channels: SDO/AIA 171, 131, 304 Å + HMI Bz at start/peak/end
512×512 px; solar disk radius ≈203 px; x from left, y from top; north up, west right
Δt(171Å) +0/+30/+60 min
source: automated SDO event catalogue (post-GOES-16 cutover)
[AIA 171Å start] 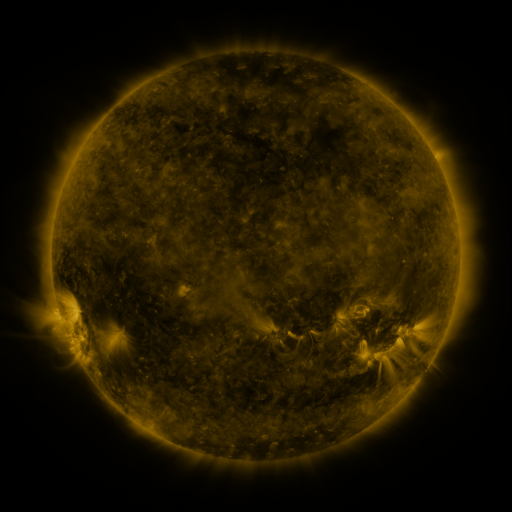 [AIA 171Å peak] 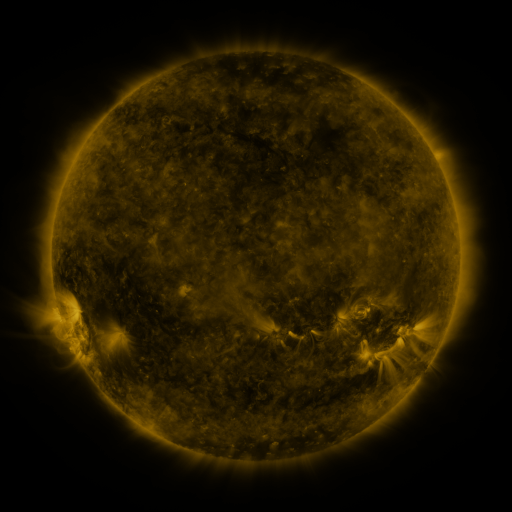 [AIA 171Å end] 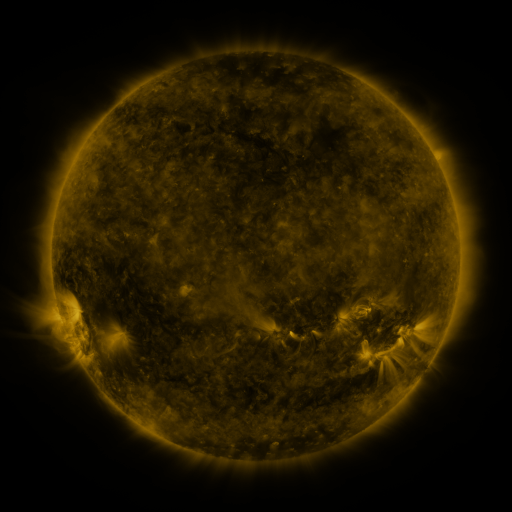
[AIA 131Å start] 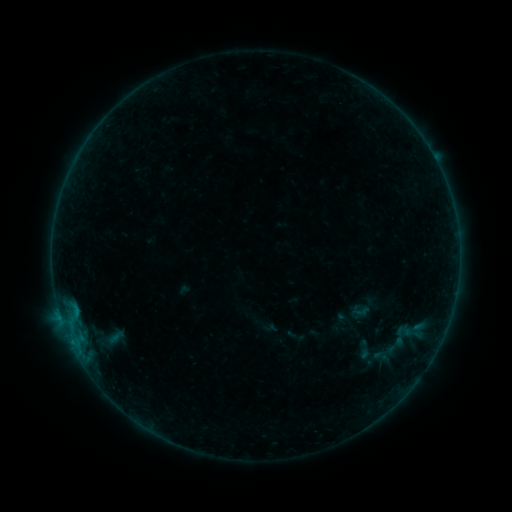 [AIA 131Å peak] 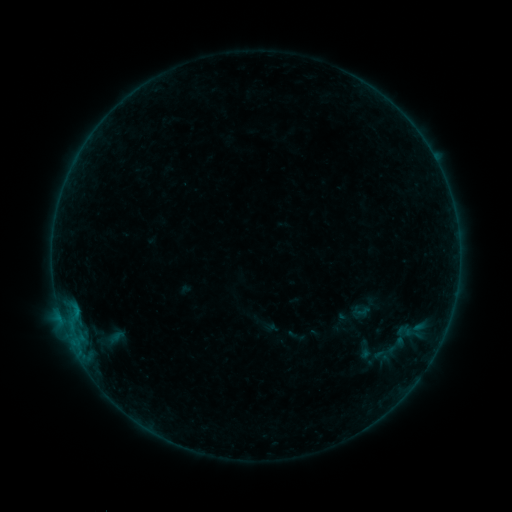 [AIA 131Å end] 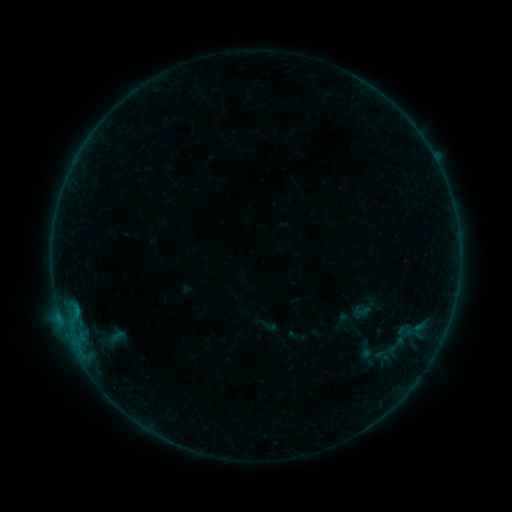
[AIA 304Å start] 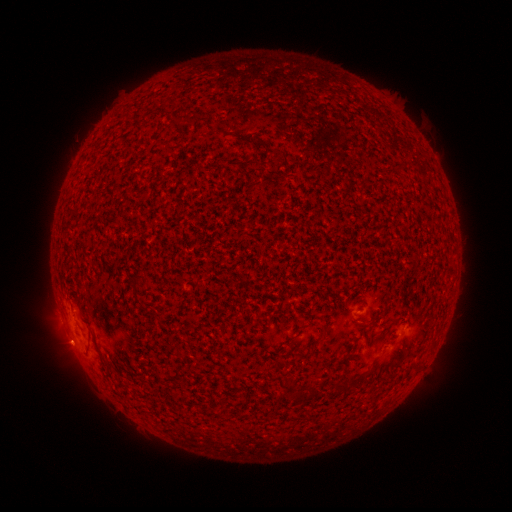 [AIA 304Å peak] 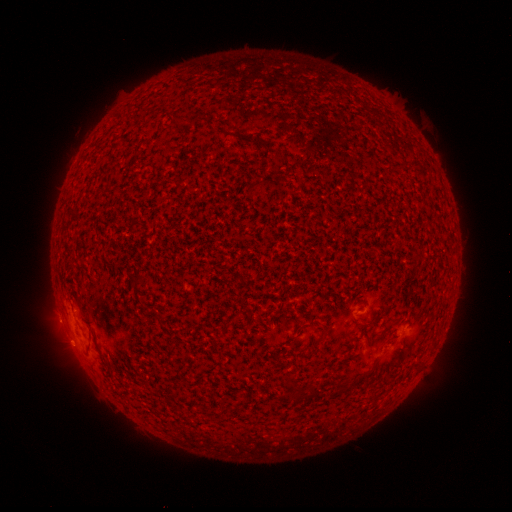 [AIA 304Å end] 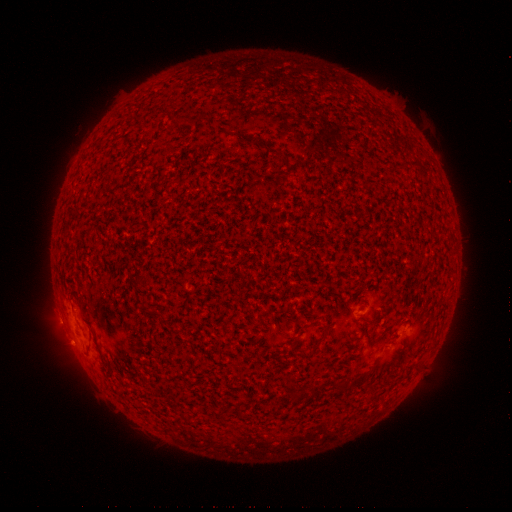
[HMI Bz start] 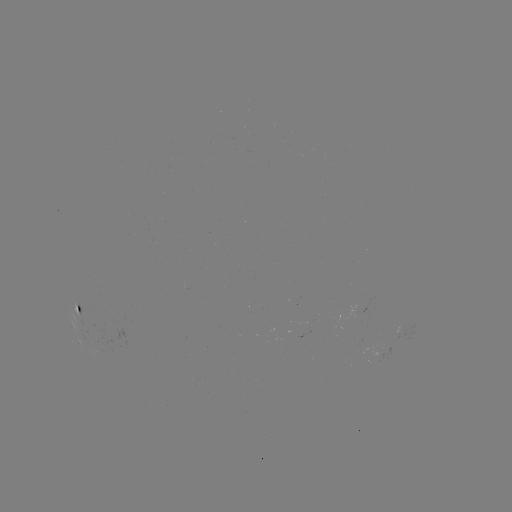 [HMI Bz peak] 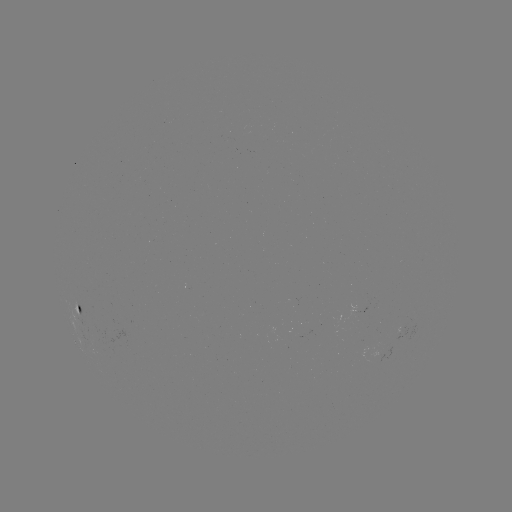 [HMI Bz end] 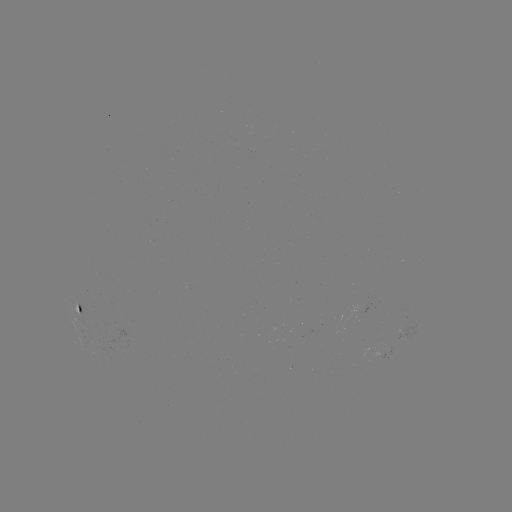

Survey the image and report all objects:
B1.1 flare: (74, 344)
